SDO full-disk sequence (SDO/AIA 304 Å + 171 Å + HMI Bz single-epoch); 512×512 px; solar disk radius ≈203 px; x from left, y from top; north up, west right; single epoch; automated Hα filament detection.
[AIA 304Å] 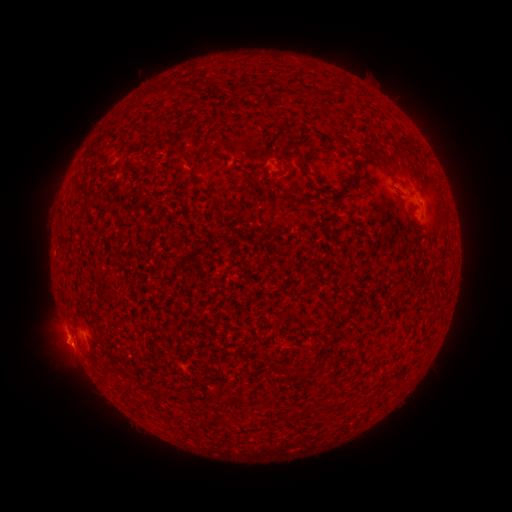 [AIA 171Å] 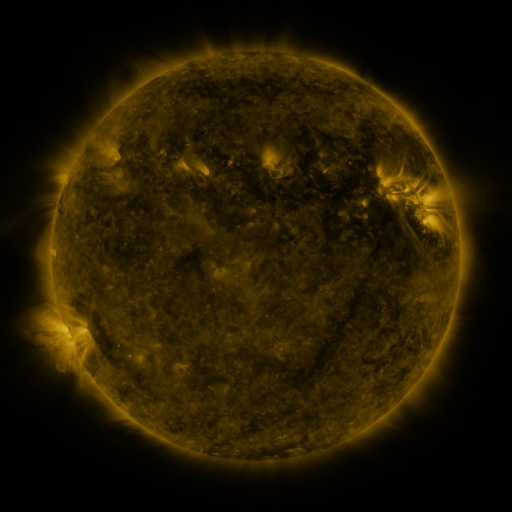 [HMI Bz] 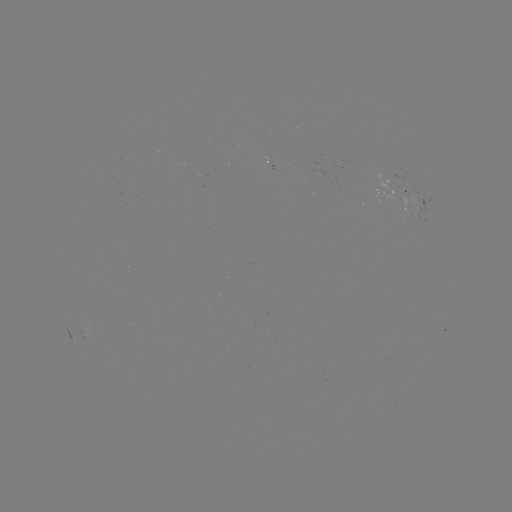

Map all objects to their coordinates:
filament: (380, 164)
filament: (355, 168)
filament: (348, 188)
filament: (338, 408)
